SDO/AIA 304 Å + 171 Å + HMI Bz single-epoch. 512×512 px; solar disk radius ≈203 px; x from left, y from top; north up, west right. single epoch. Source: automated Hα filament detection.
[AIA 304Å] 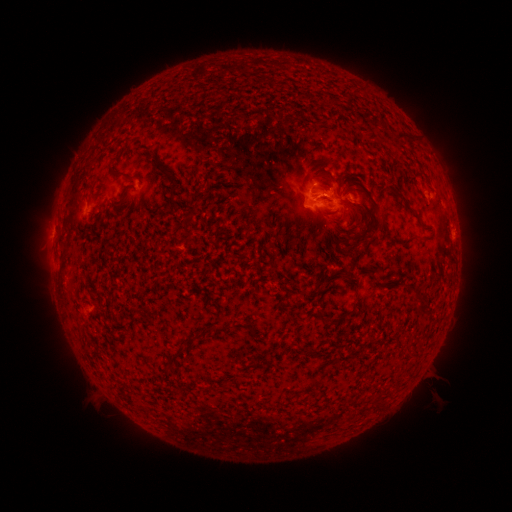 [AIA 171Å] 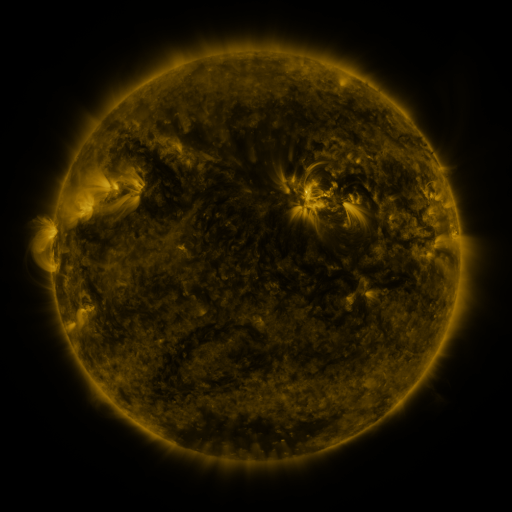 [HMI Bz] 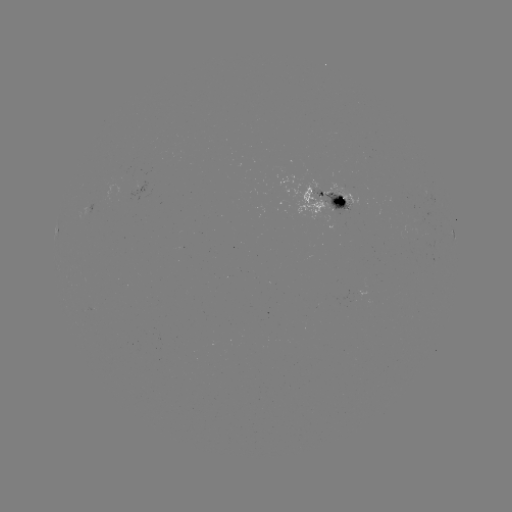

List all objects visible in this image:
filament: (402, 135)
filament: (133, 178)
filament: (174, 186)
filament: (341, 200)
filament: (375, 218)
filament: (423, 302)
filament: (322, 315)
filament: (189, 340)
filament: (174, 359)
